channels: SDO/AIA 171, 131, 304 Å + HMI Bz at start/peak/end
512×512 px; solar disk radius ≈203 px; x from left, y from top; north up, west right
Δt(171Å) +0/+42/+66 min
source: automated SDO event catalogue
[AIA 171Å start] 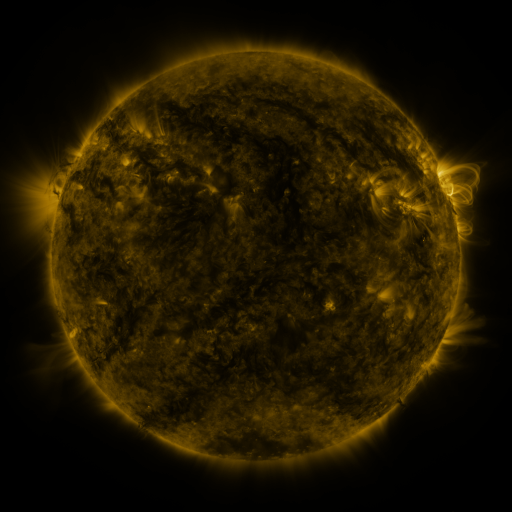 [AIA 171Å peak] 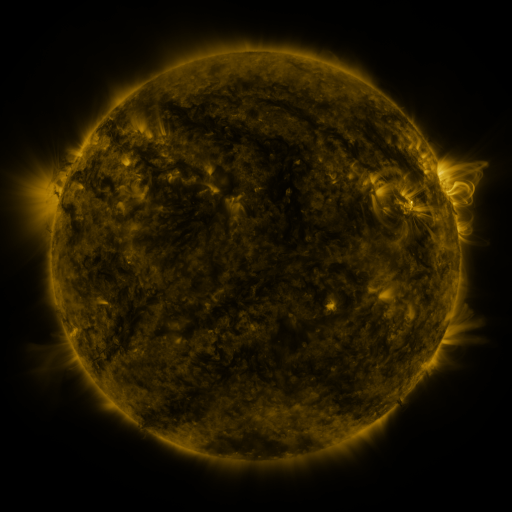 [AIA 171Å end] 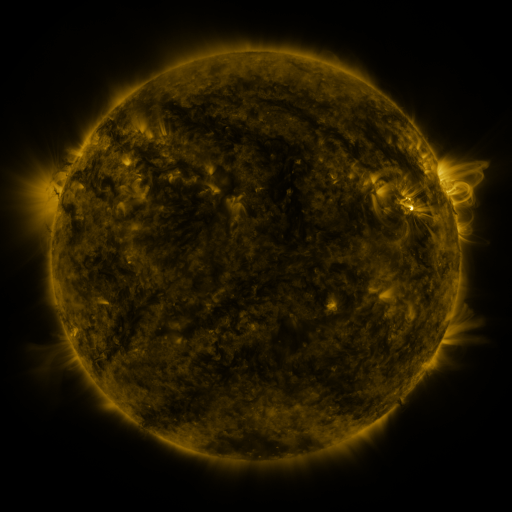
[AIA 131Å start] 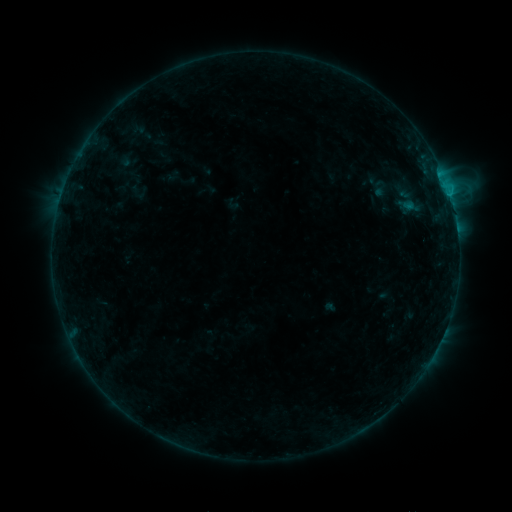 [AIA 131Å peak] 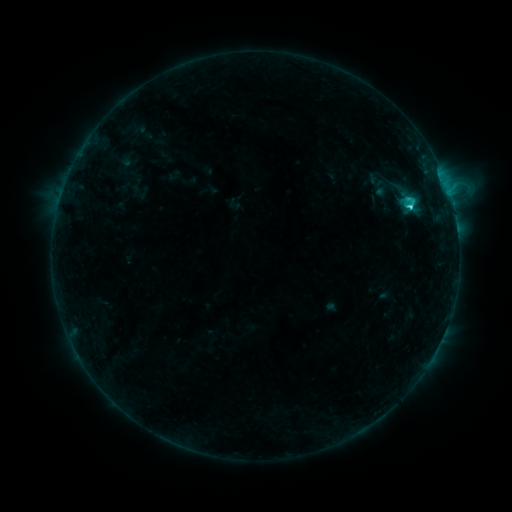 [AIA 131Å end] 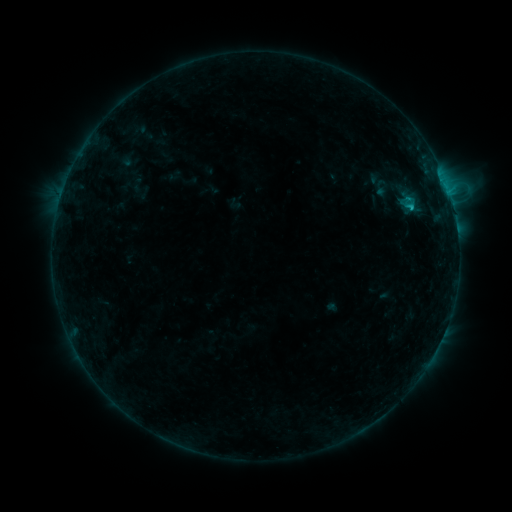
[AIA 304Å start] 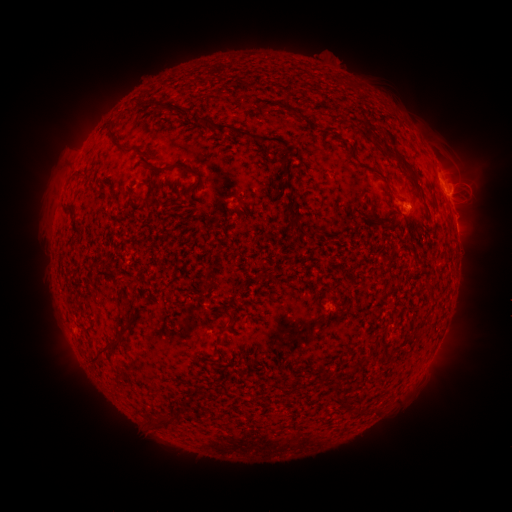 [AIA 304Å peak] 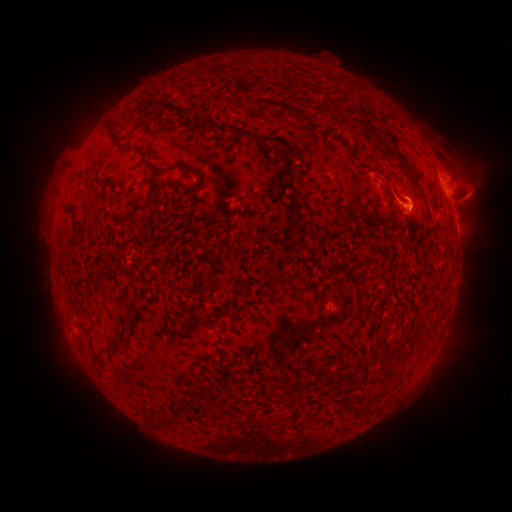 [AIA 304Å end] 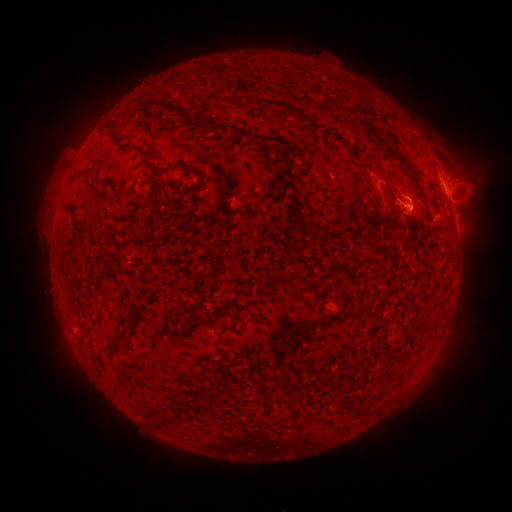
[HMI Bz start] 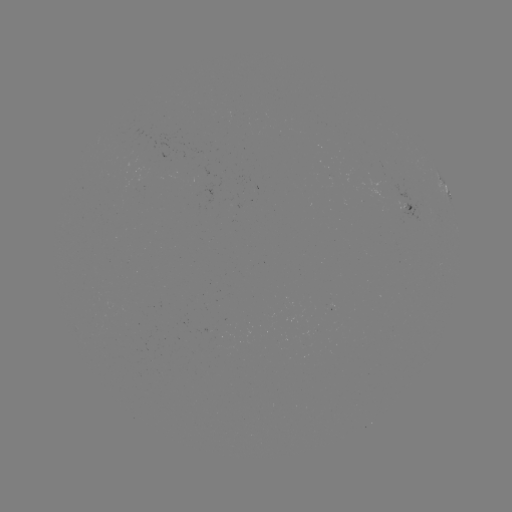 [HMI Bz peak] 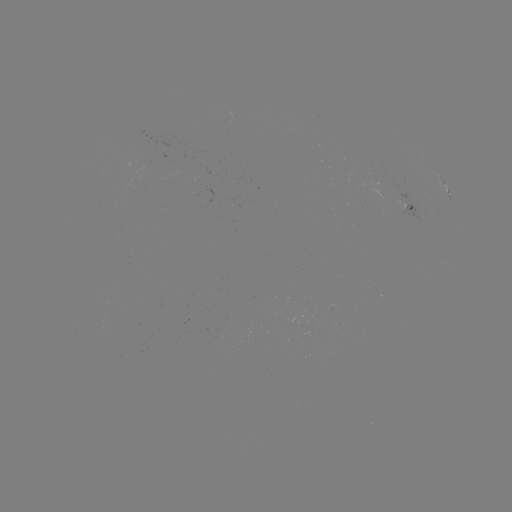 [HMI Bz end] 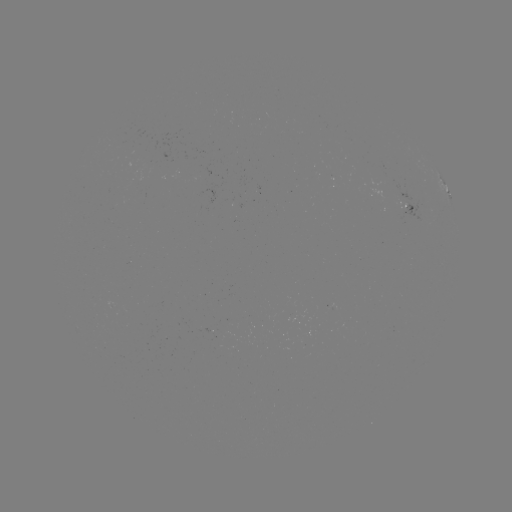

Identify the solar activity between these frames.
C2.6 flare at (410, 209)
